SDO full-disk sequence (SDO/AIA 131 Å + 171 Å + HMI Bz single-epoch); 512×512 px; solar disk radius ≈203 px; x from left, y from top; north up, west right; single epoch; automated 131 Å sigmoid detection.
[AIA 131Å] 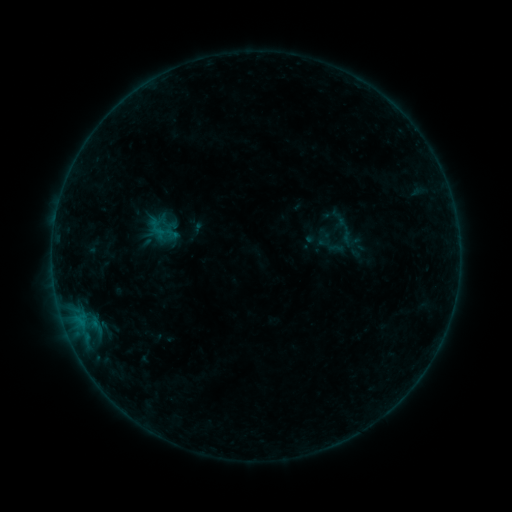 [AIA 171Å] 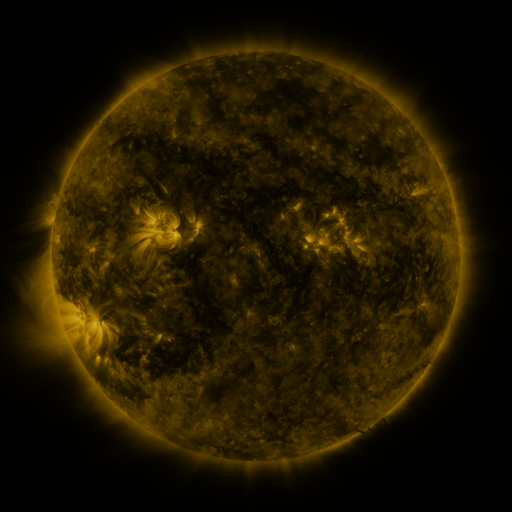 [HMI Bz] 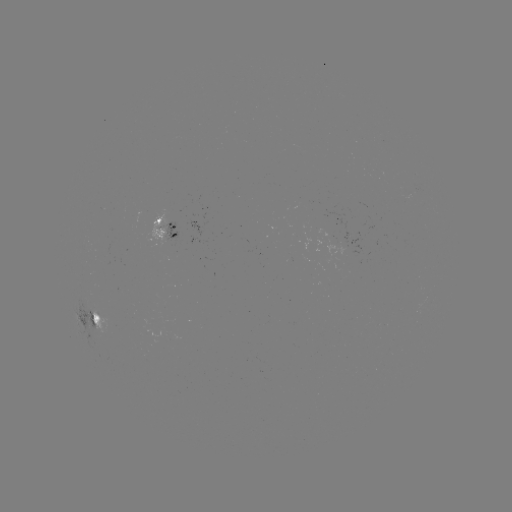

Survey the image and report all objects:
sigmoid: (160, 228)
